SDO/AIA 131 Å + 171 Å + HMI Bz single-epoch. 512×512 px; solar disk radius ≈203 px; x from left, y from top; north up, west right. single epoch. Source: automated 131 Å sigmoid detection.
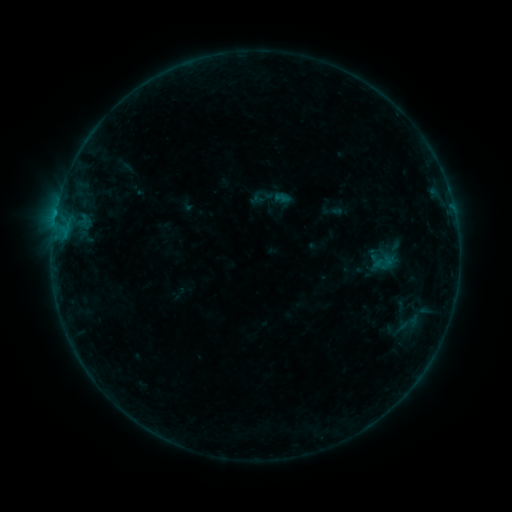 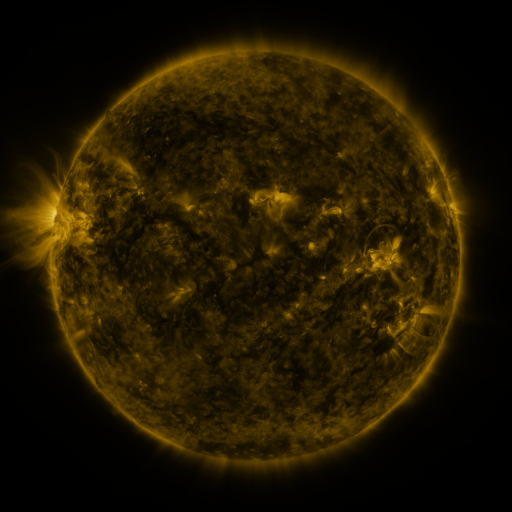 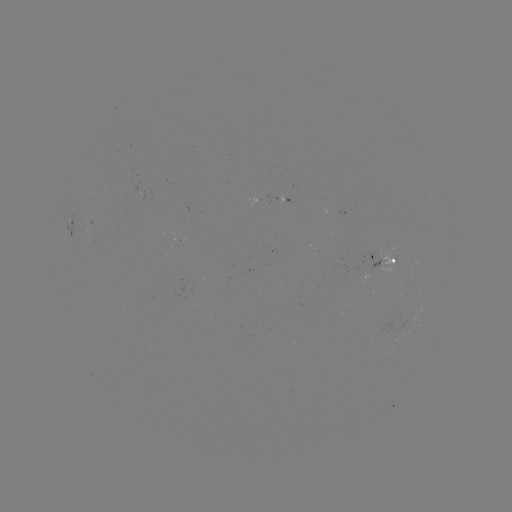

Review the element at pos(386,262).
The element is sigmoid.